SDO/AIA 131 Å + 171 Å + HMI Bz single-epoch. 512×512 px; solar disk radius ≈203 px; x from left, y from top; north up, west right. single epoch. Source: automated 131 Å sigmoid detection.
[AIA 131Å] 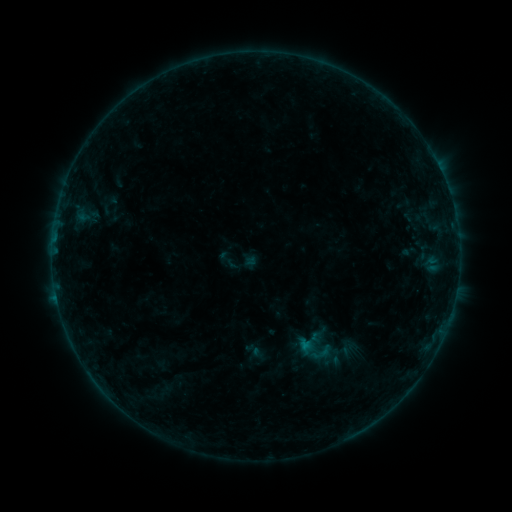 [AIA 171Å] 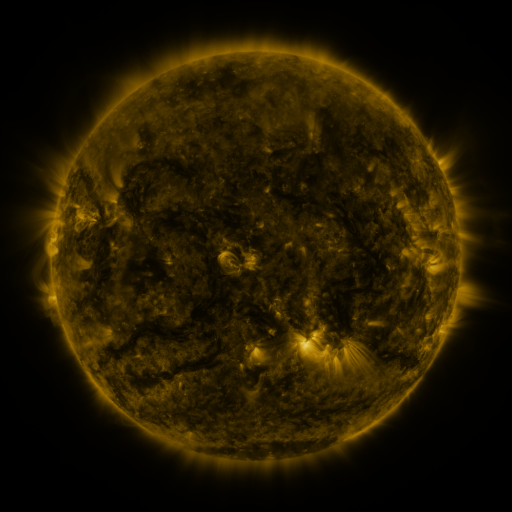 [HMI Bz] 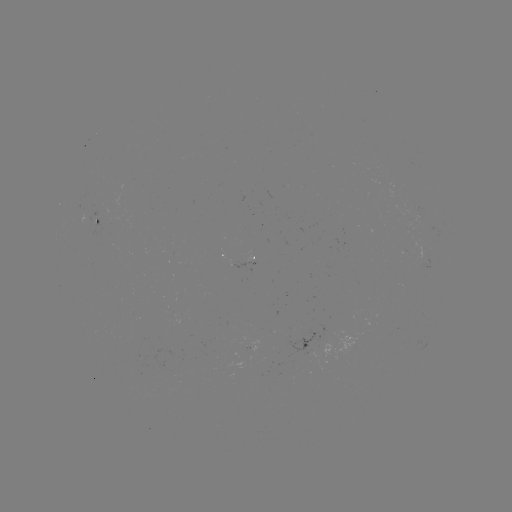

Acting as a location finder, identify sigmoid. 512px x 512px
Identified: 314,350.